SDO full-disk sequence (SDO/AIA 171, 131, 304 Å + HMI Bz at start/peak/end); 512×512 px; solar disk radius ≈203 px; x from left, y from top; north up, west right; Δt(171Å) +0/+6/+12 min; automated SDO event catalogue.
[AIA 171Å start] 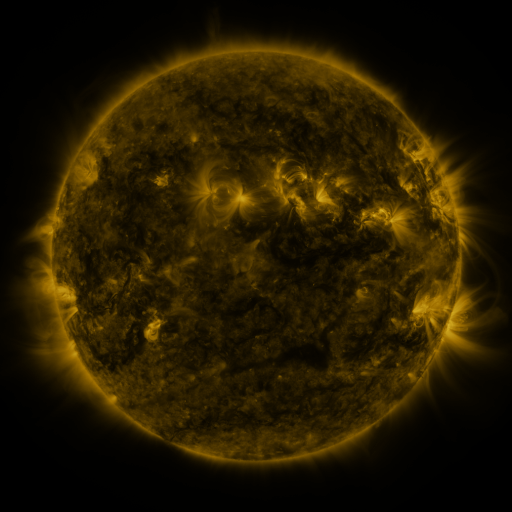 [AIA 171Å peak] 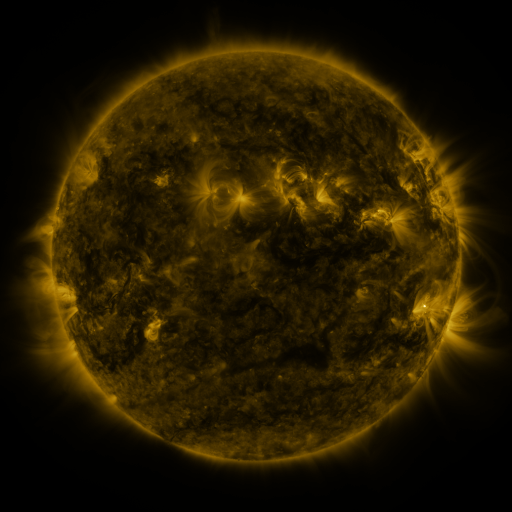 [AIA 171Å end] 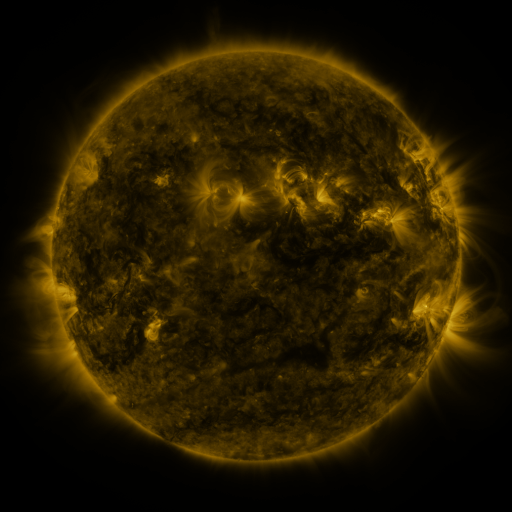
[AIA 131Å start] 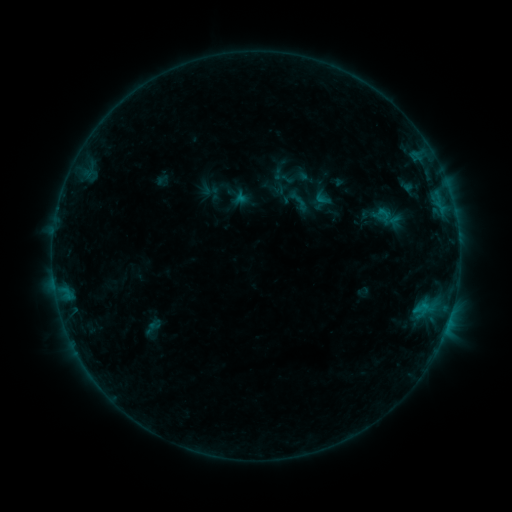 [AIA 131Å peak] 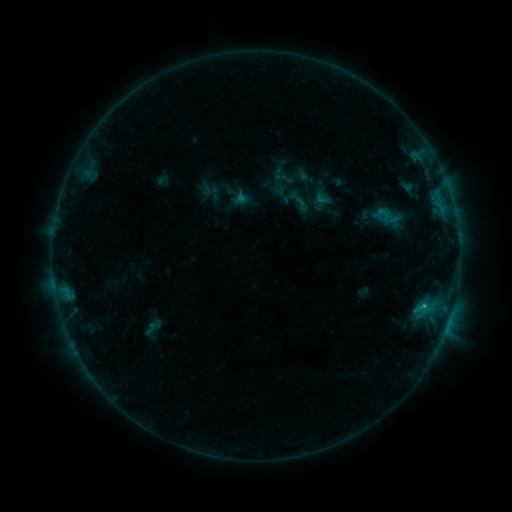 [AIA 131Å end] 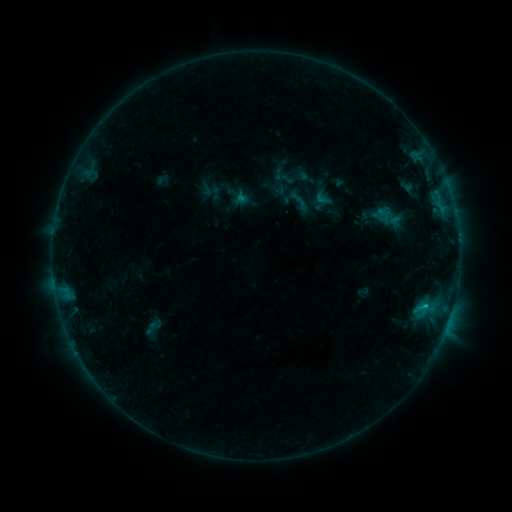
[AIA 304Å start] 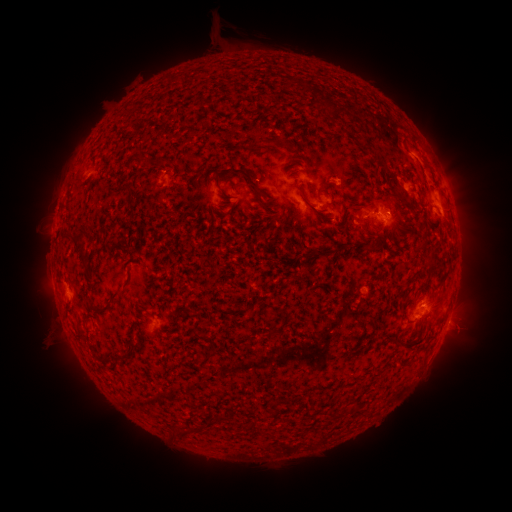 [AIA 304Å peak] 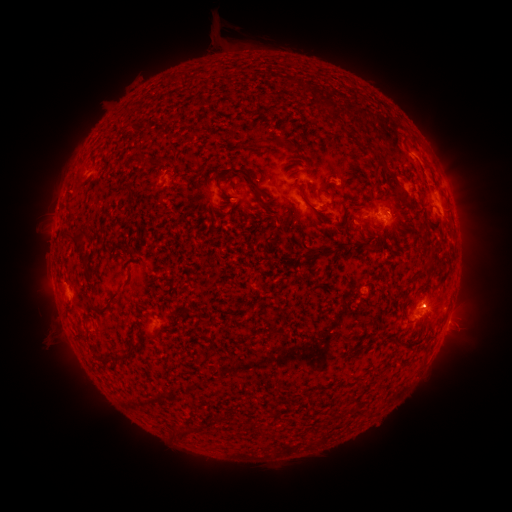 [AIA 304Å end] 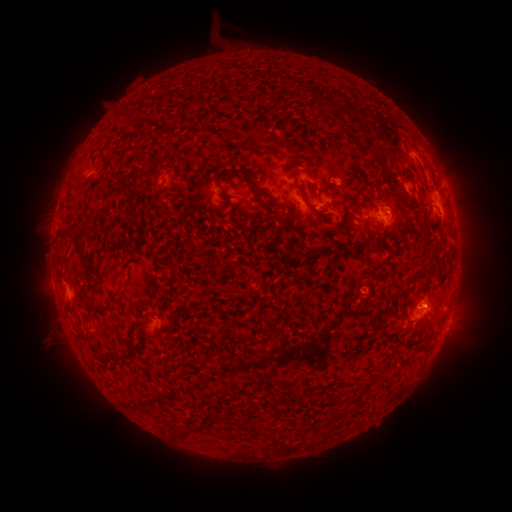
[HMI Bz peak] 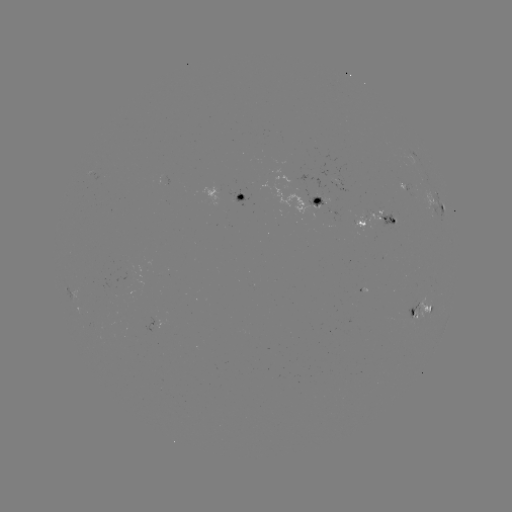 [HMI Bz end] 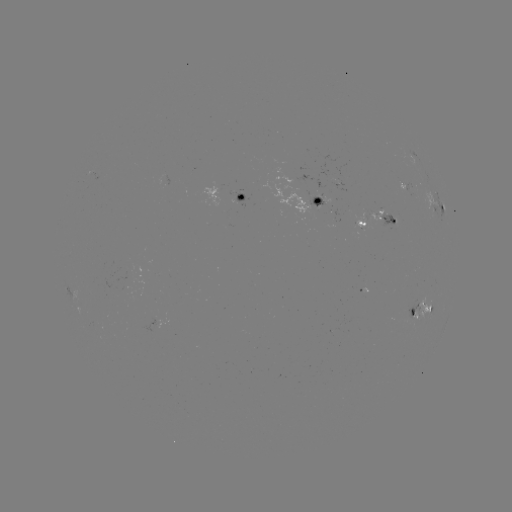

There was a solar flare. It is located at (423, 306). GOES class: B7.3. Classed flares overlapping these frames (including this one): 1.